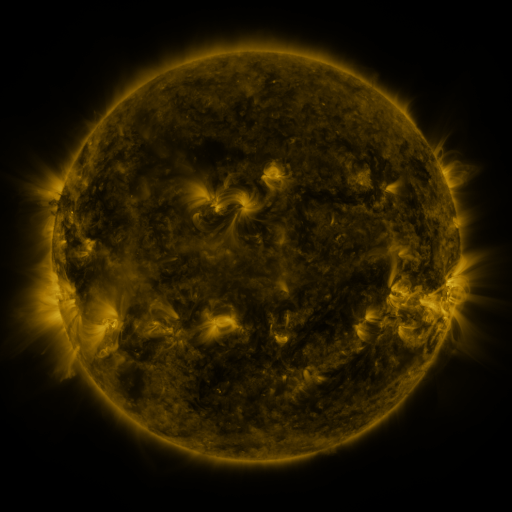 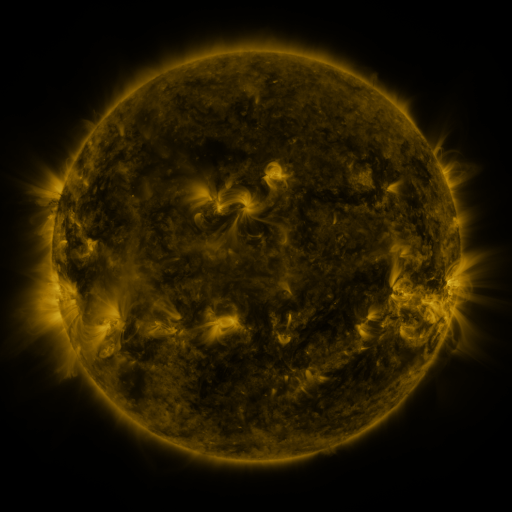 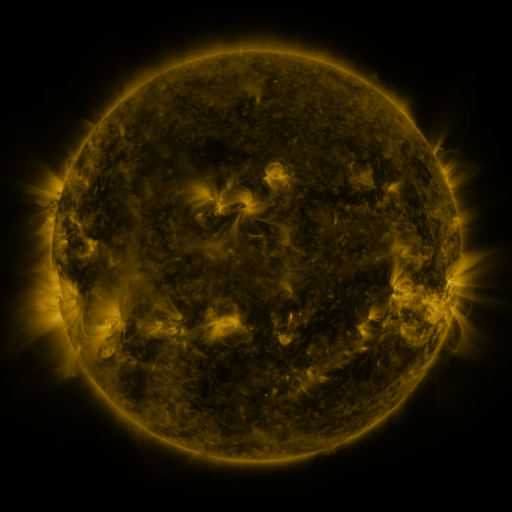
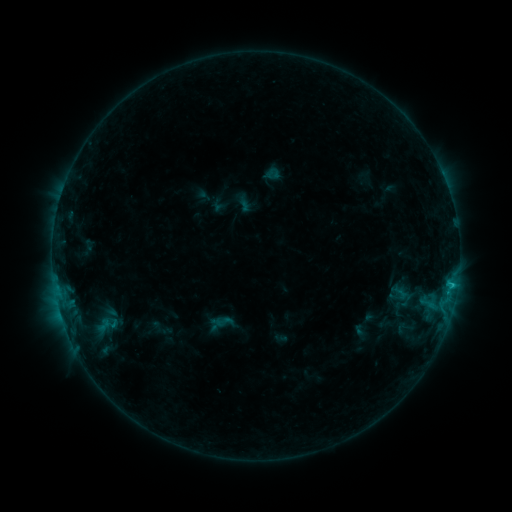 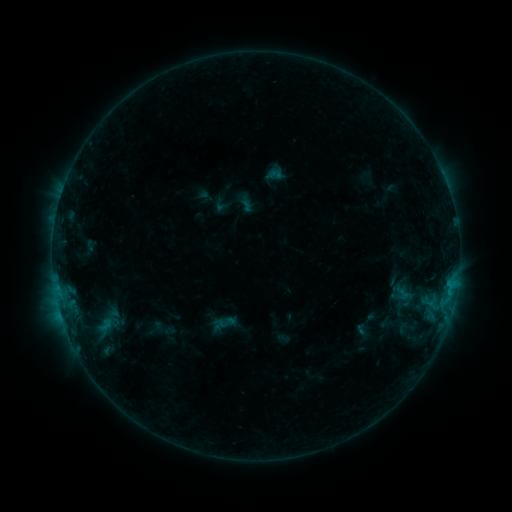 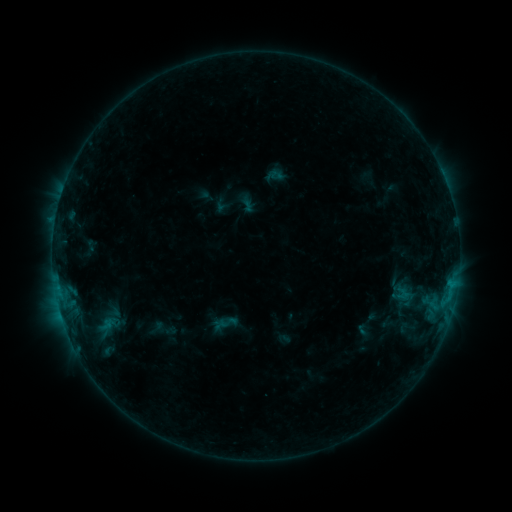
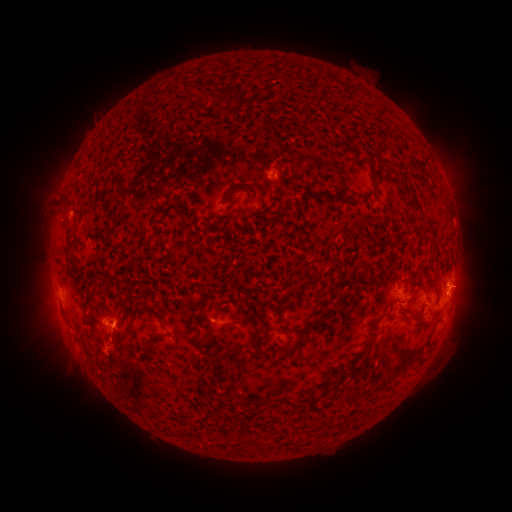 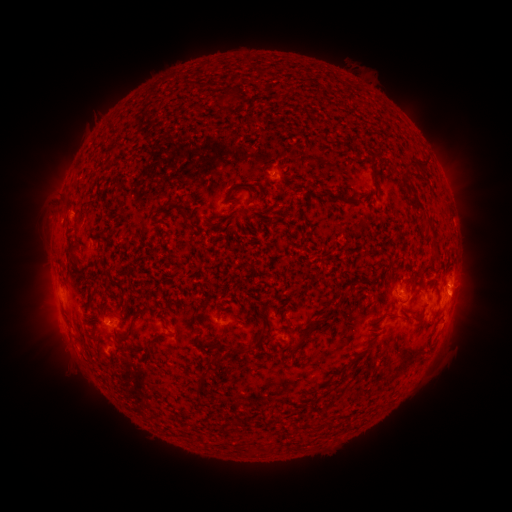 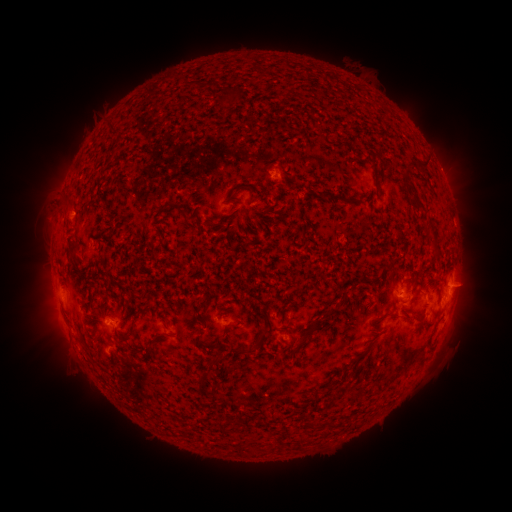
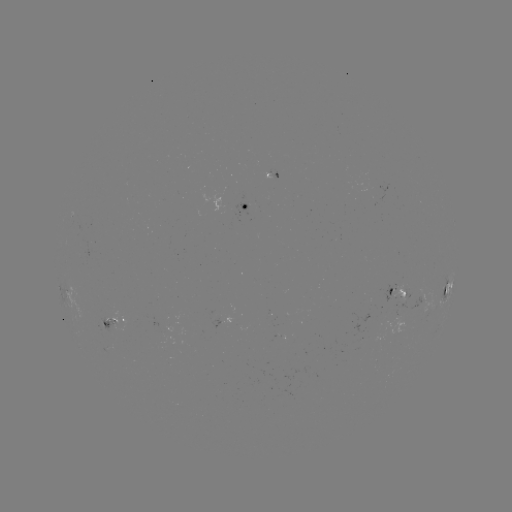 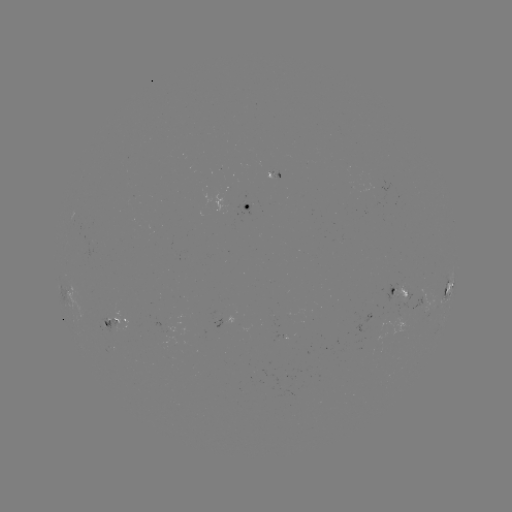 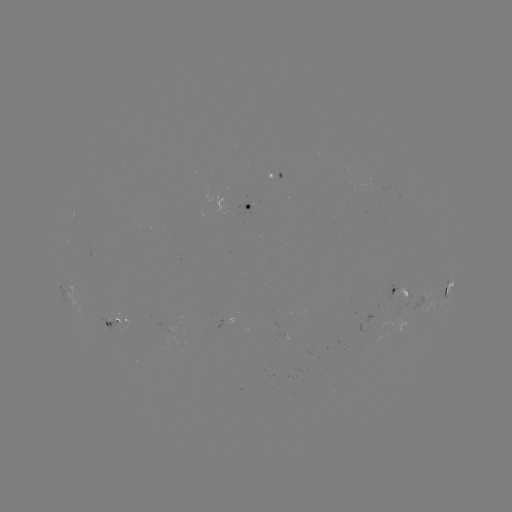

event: emerging-flux region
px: (378, 186)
